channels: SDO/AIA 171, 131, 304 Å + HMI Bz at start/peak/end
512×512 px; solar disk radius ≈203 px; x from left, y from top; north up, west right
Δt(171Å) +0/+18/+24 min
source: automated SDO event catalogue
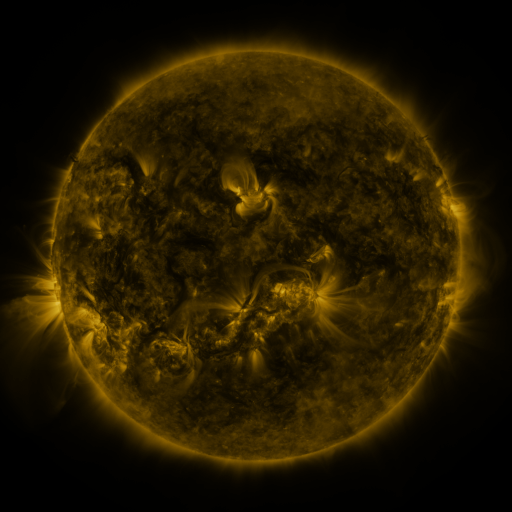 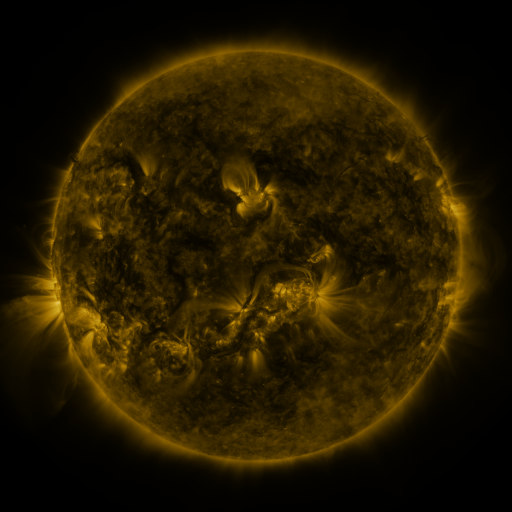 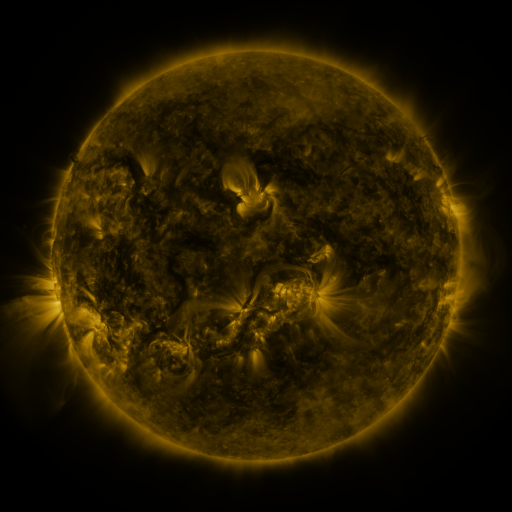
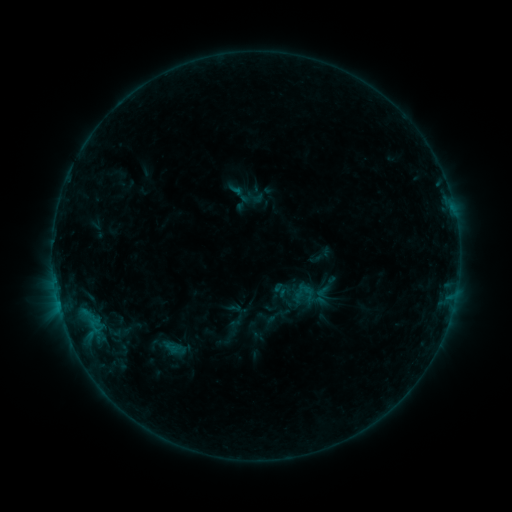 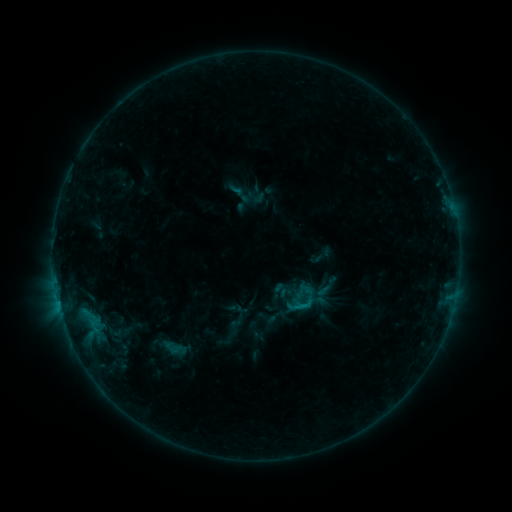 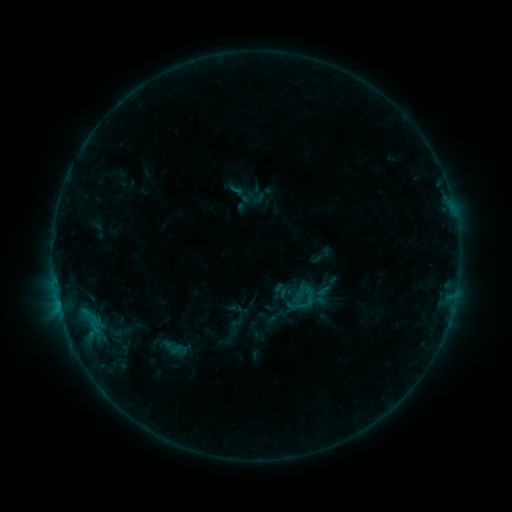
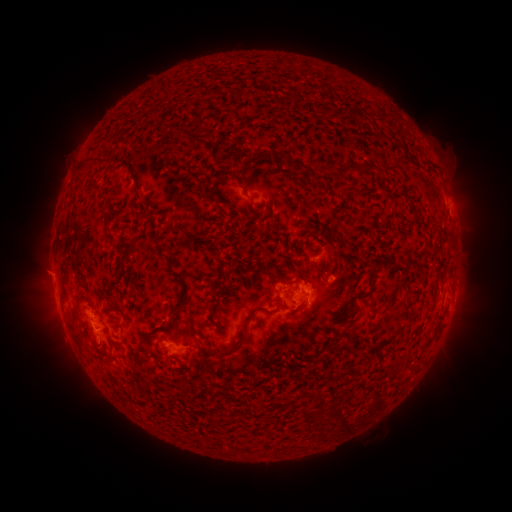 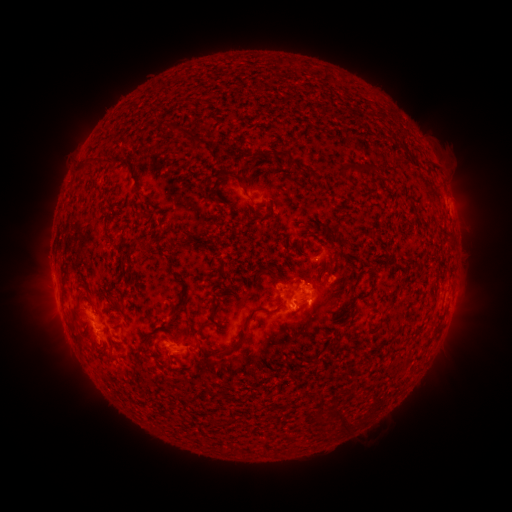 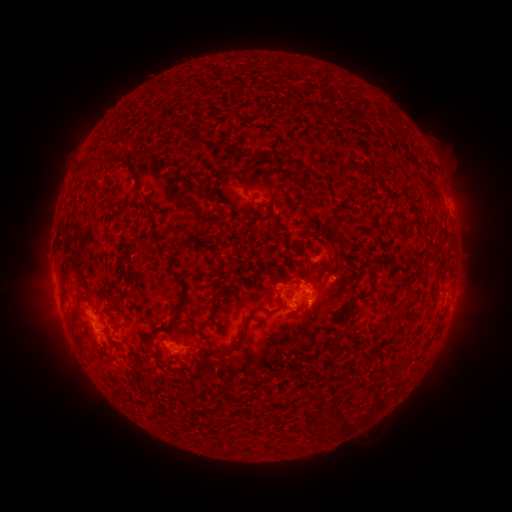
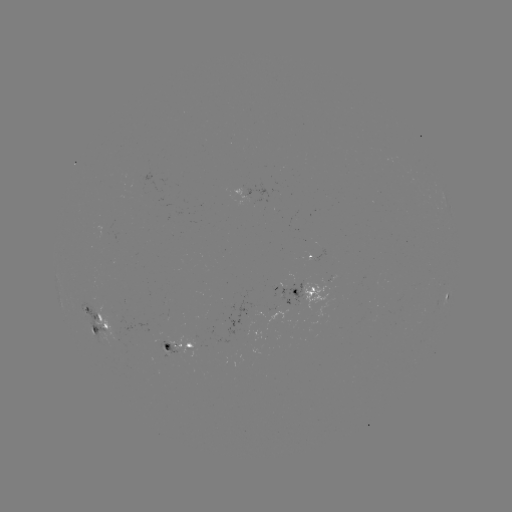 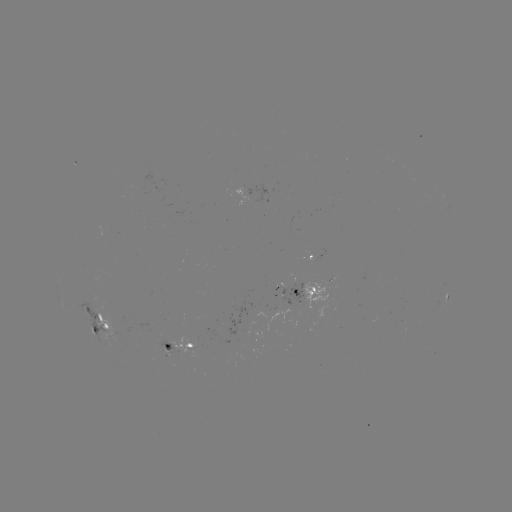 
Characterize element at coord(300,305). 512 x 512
B7.3 flare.